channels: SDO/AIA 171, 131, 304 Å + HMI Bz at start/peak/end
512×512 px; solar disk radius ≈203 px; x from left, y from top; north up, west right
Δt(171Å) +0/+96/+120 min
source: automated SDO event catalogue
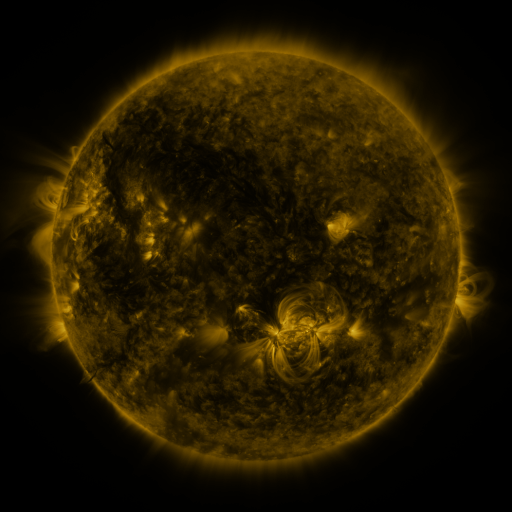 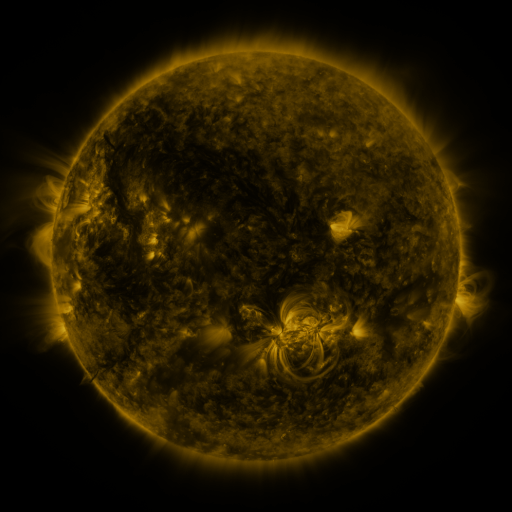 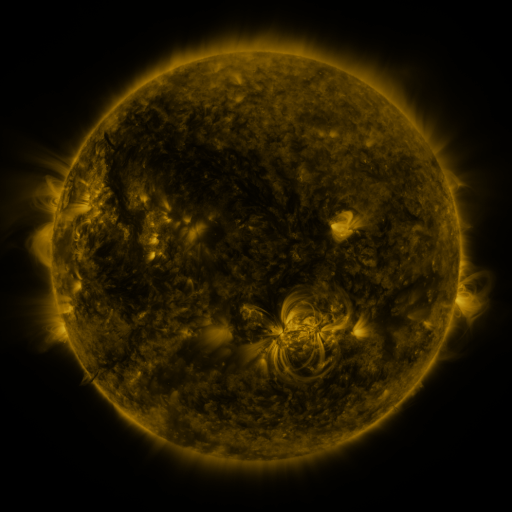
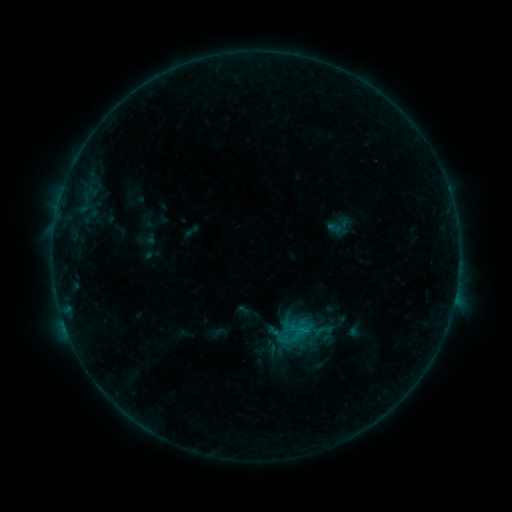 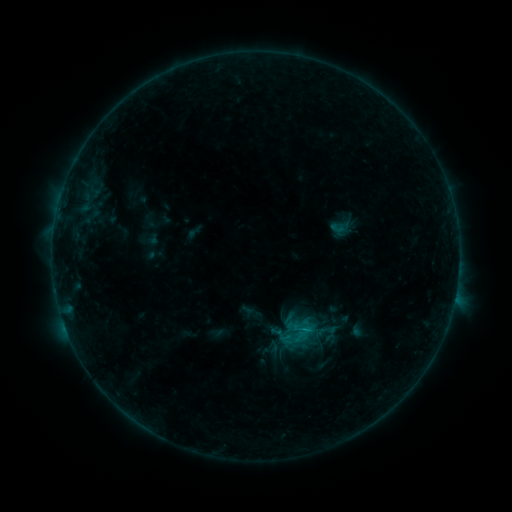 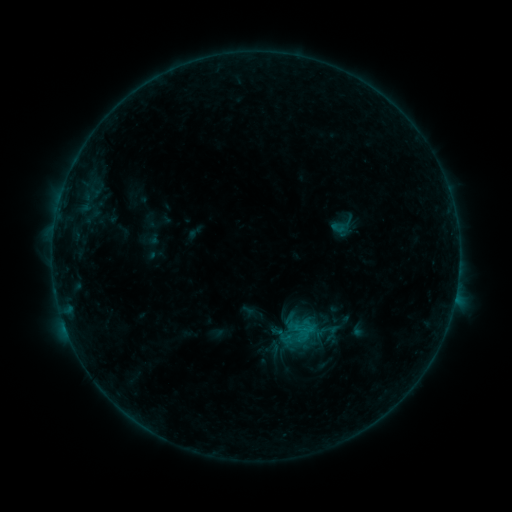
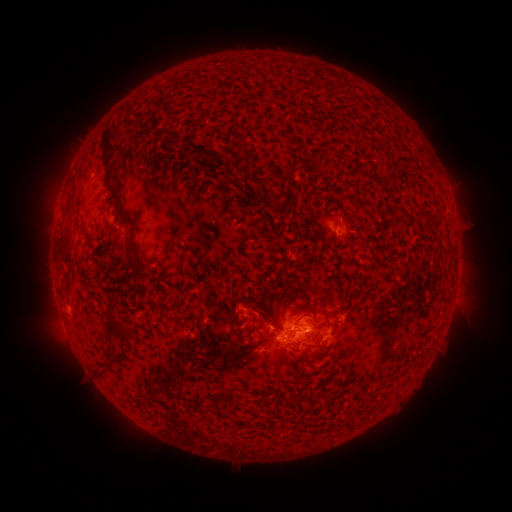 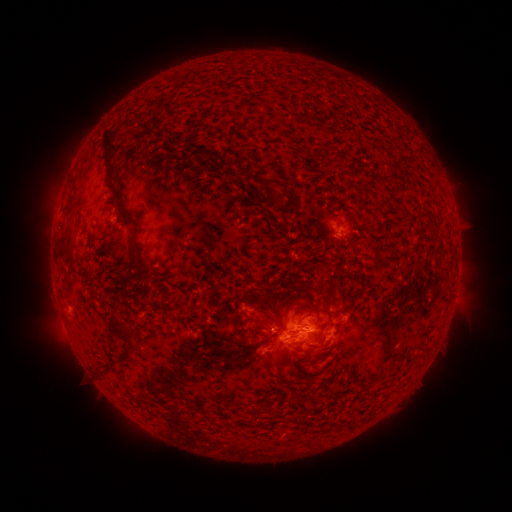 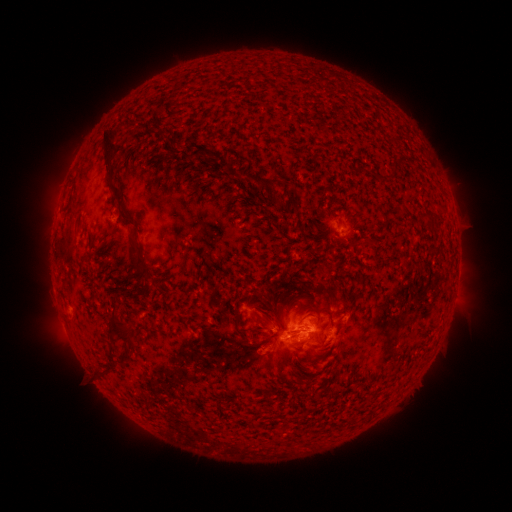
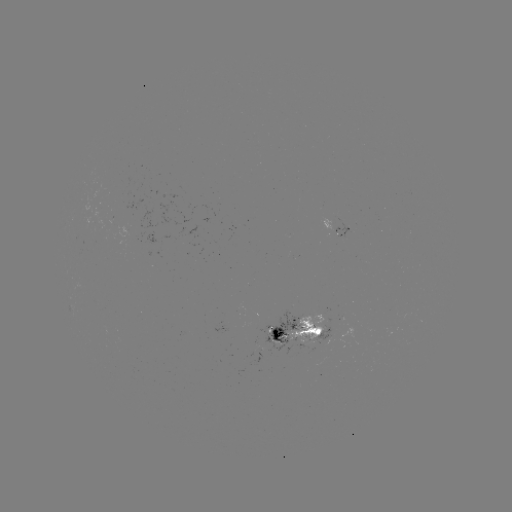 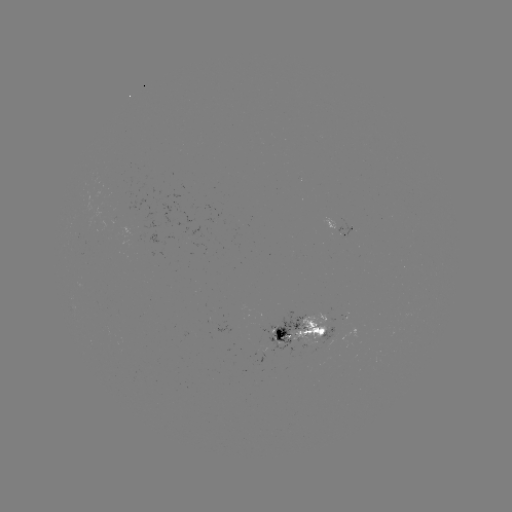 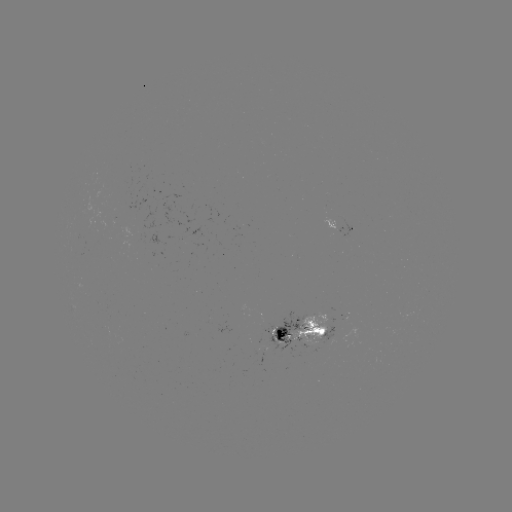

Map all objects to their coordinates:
emerging-flux region: (342, 231)
